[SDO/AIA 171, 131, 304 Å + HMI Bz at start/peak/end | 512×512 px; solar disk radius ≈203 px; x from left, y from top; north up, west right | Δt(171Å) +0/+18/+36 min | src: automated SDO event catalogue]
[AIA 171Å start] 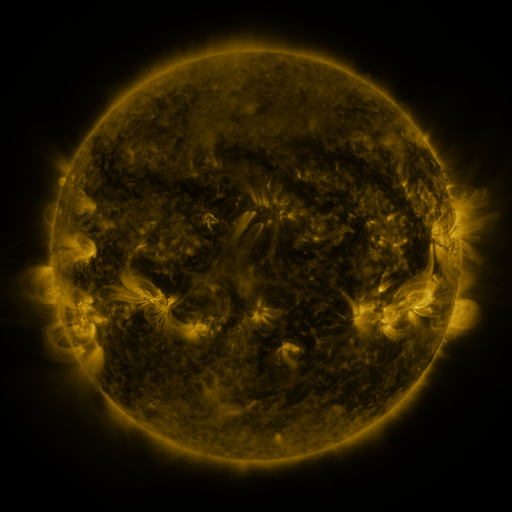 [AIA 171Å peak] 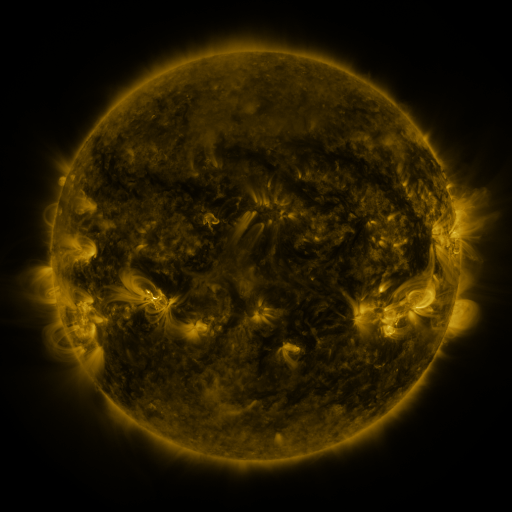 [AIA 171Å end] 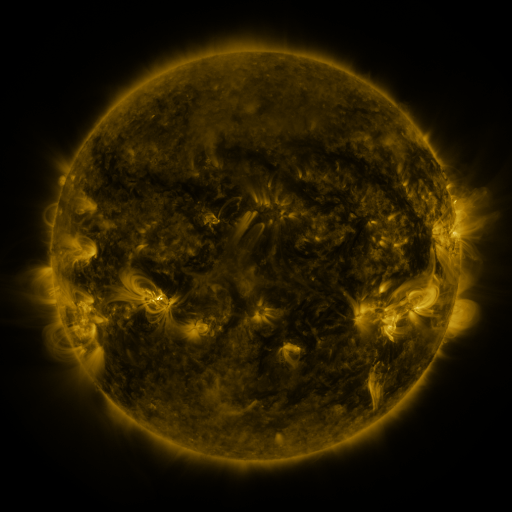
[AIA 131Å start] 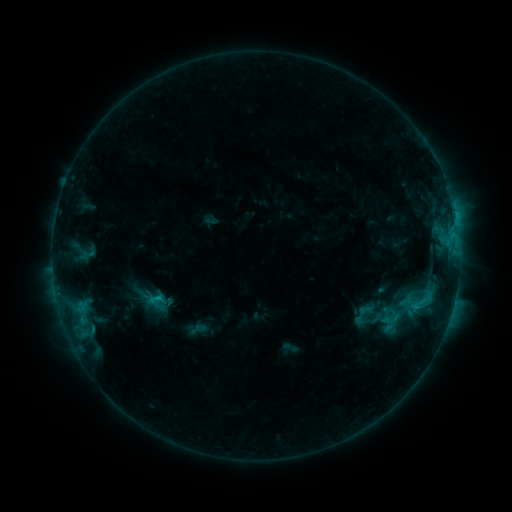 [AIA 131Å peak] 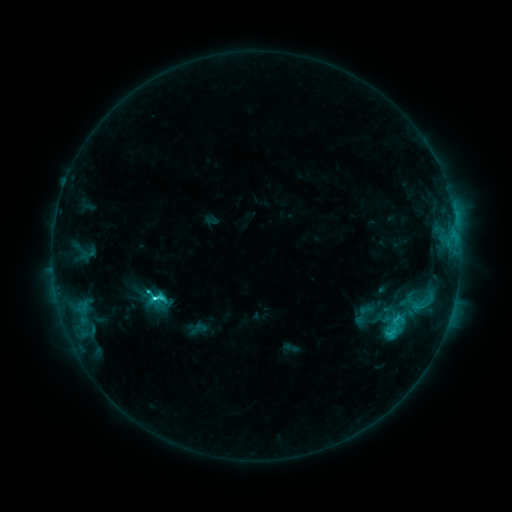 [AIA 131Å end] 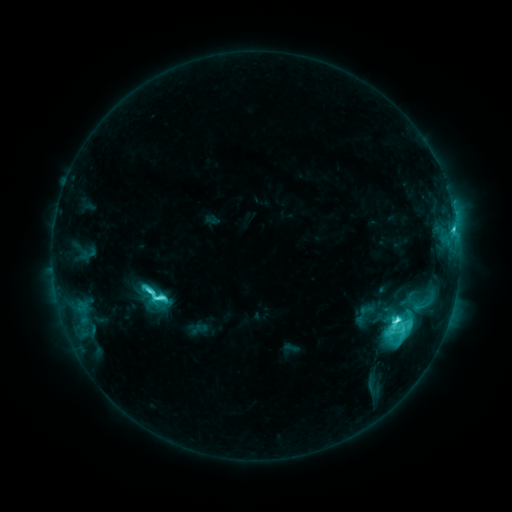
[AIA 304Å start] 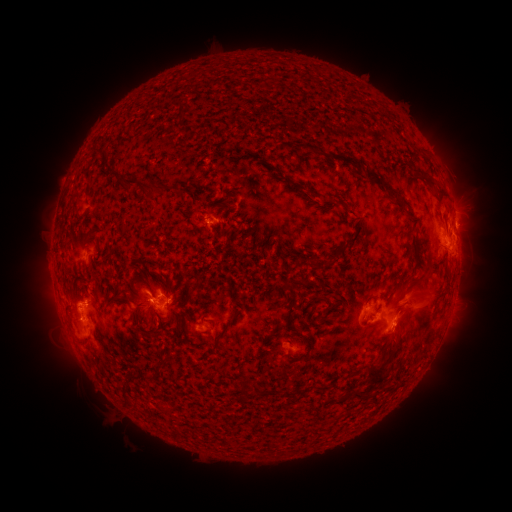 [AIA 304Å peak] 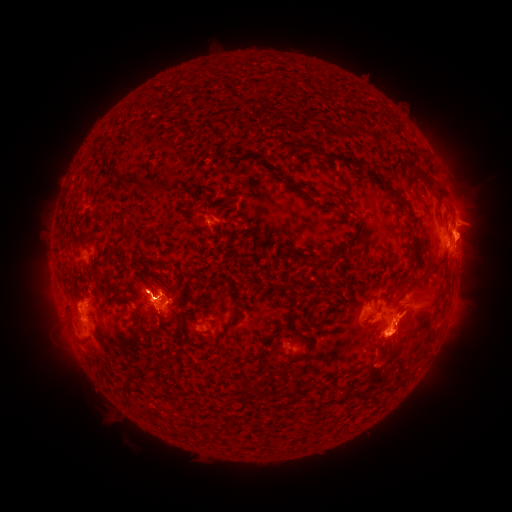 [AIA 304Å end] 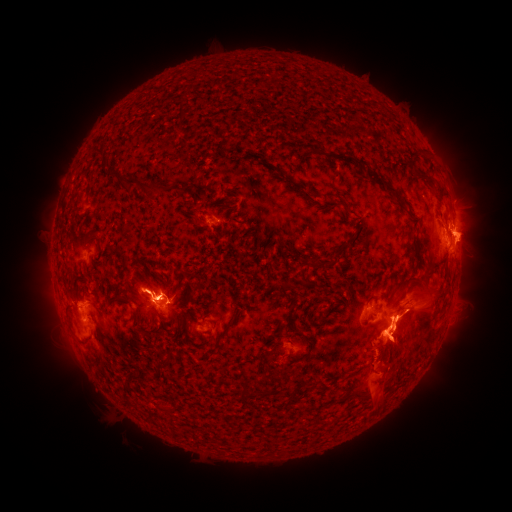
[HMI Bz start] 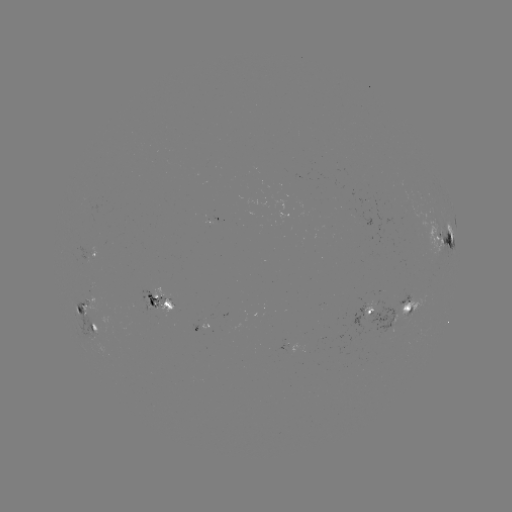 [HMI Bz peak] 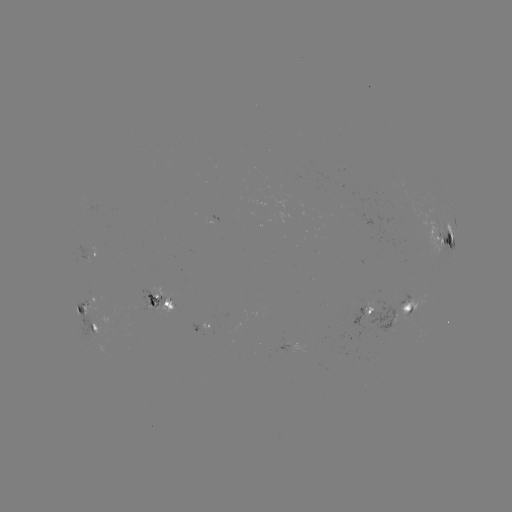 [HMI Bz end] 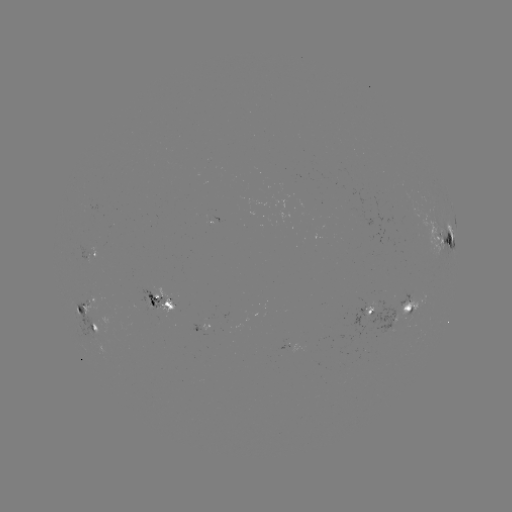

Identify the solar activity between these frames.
eruption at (472, 235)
